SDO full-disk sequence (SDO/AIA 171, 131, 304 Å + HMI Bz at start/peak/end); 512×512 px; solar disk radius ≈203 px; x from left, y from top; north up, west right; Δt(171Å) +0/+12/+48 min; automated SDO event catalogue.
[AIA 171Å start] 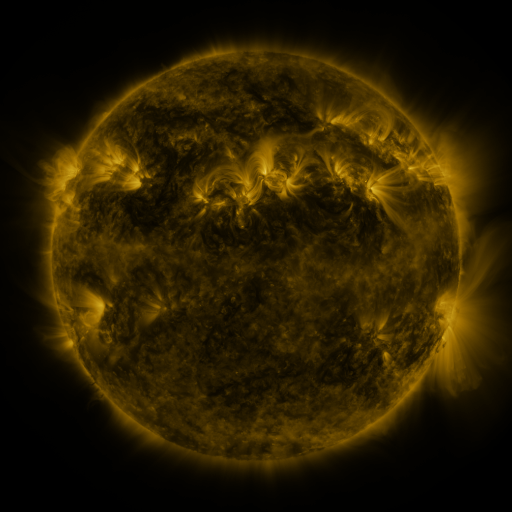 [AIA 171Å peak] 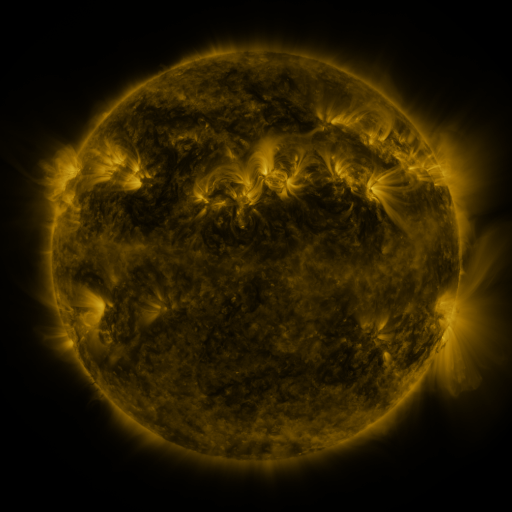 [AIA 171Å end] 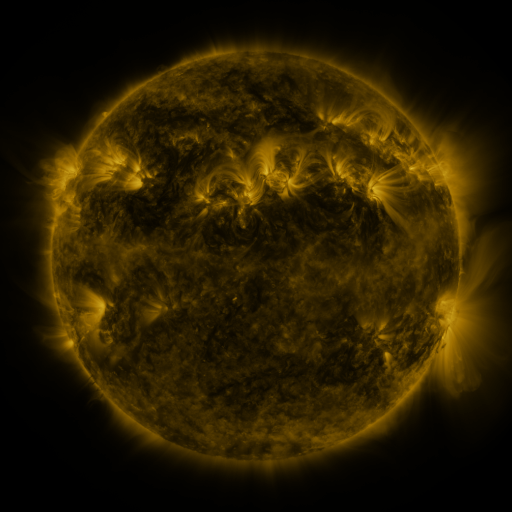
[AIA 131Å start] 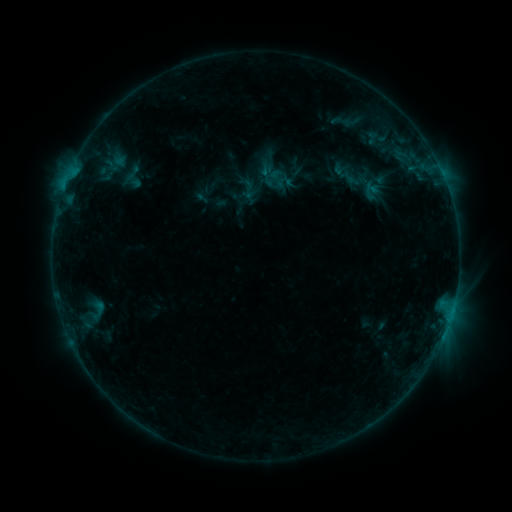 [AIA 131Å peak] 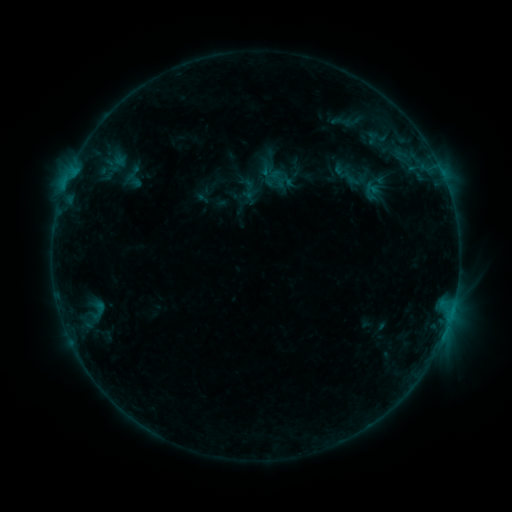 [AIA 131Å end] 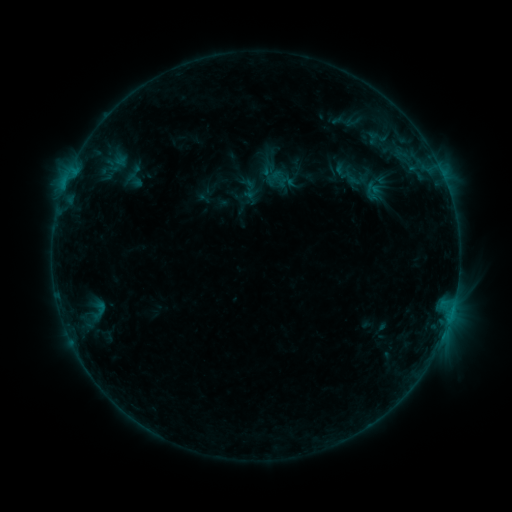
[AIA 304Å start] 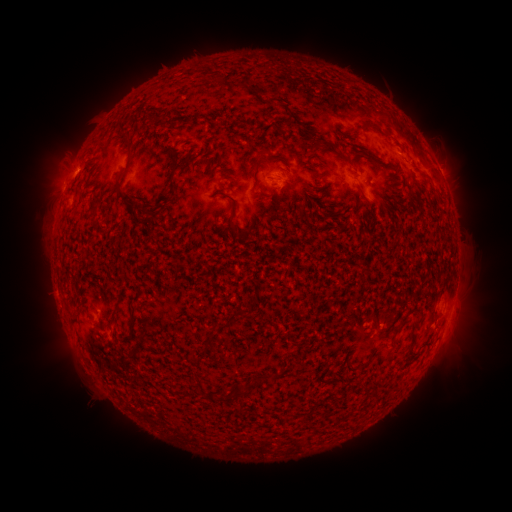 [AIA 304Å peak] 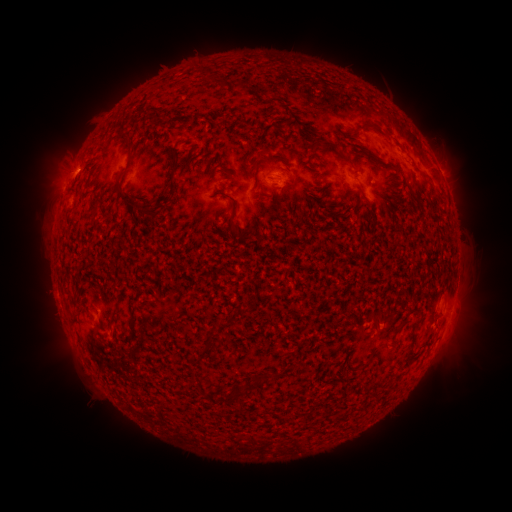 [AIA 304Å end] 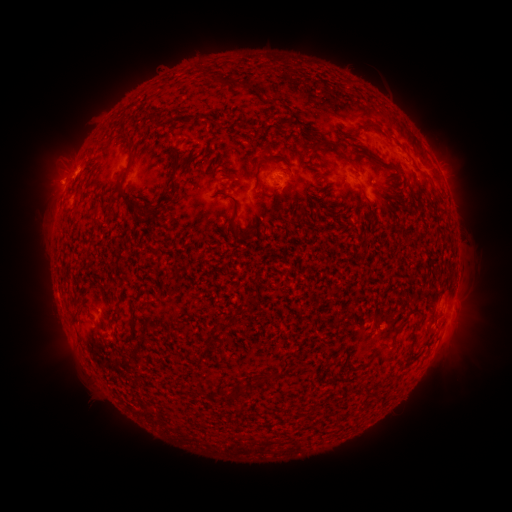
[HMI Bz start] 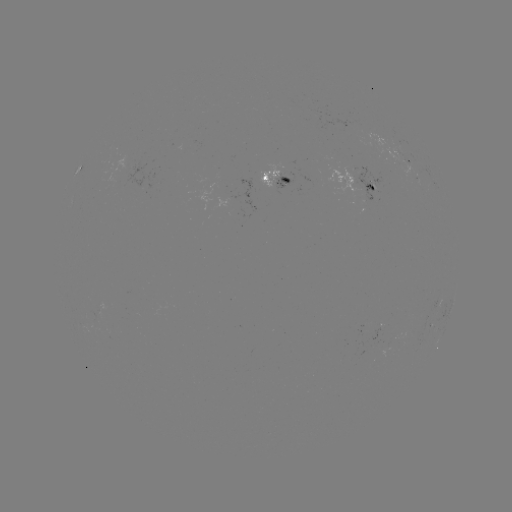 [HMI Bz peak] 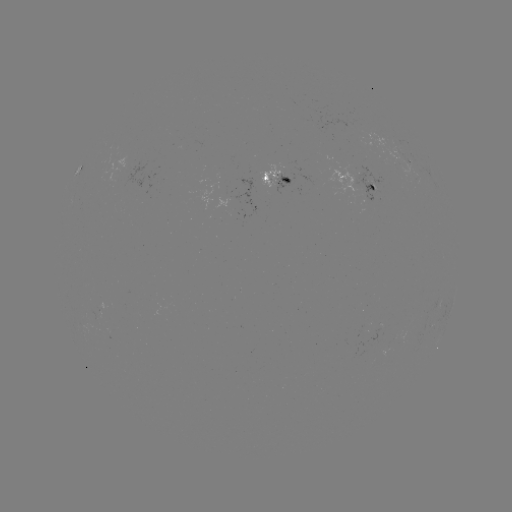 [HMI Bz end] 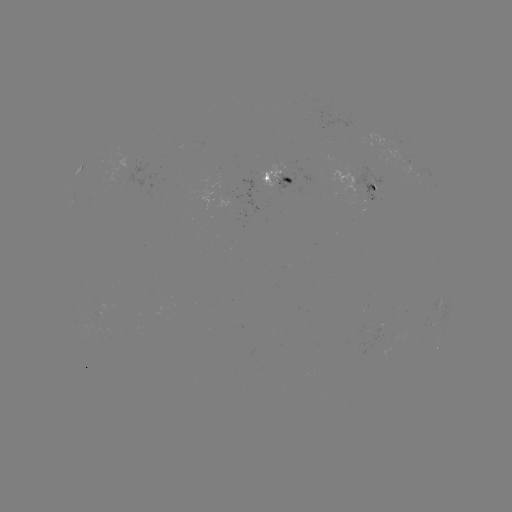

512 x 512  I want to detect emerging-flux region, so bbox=[326, 169, 360, 193].